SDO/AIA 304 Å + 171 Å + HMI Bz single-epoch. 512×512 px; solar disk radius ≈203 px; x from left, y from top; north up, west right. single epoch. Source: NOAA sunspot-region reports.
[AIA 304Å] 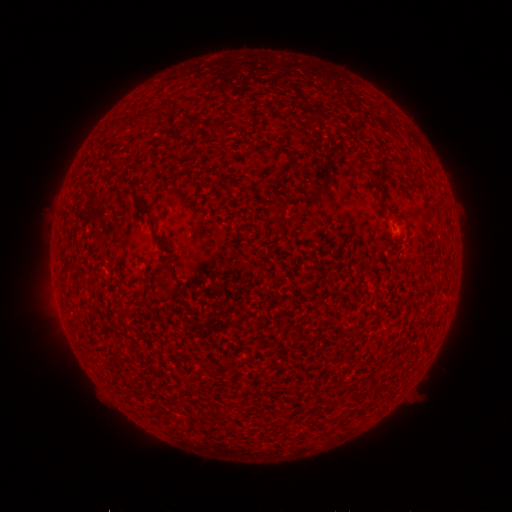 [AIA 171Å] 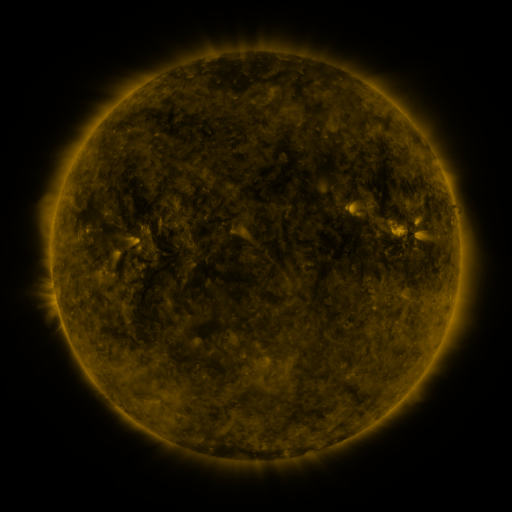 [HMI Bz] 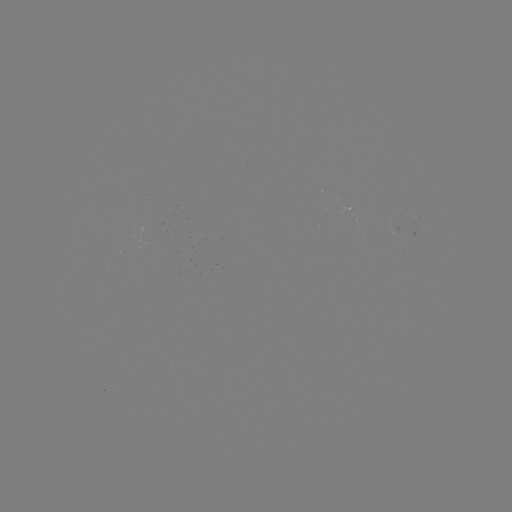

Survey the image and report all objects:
(none)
